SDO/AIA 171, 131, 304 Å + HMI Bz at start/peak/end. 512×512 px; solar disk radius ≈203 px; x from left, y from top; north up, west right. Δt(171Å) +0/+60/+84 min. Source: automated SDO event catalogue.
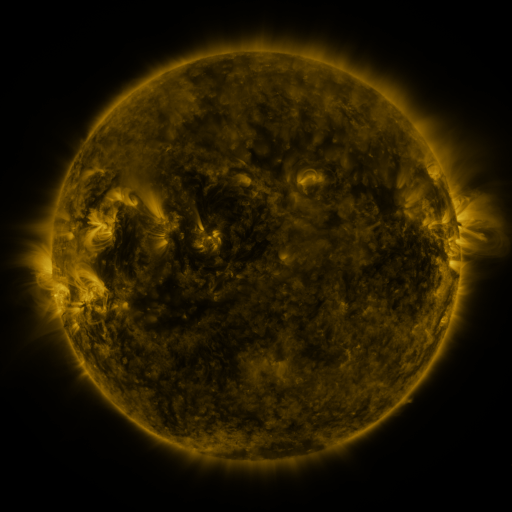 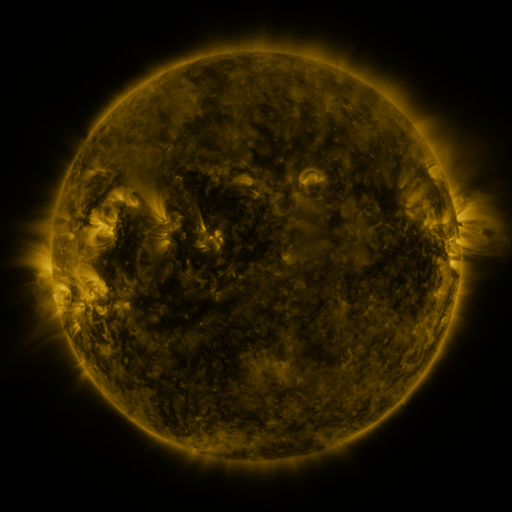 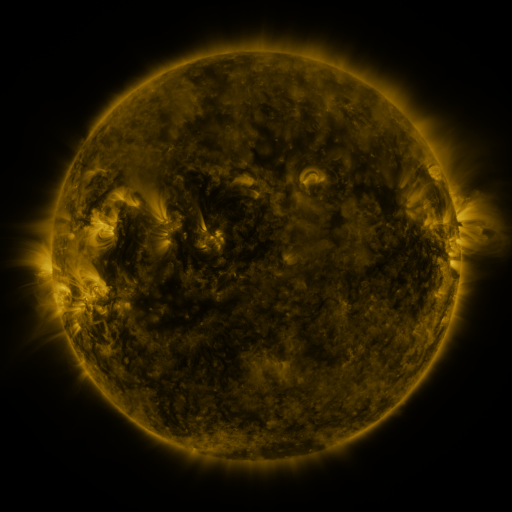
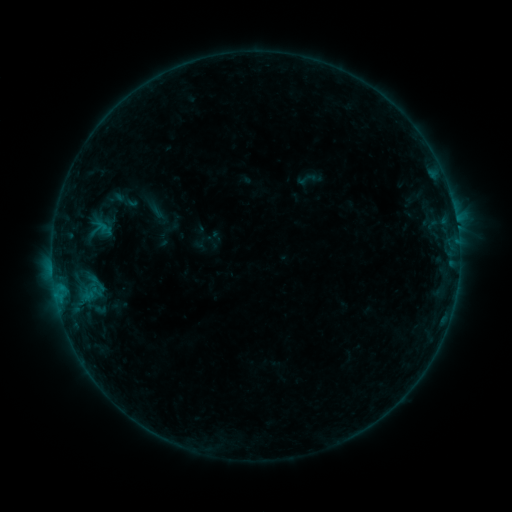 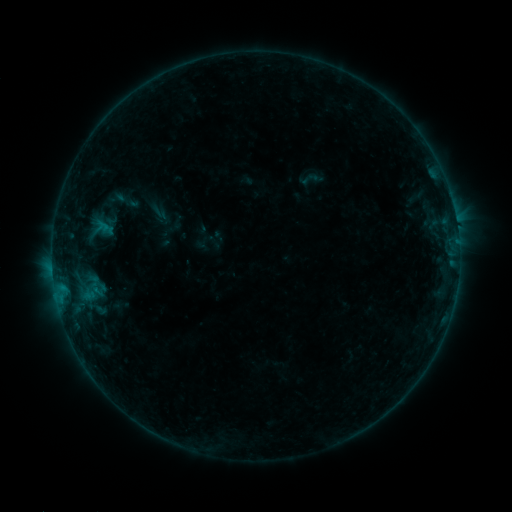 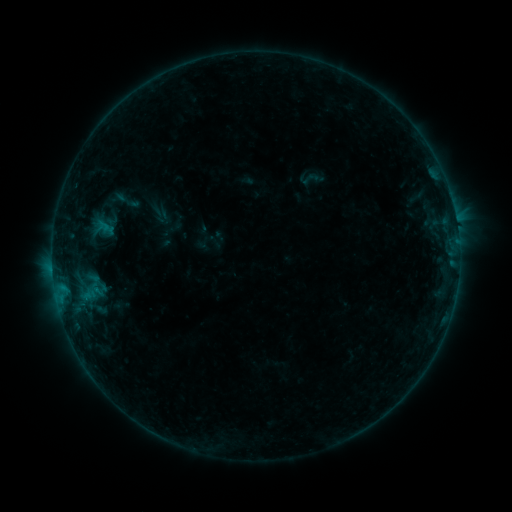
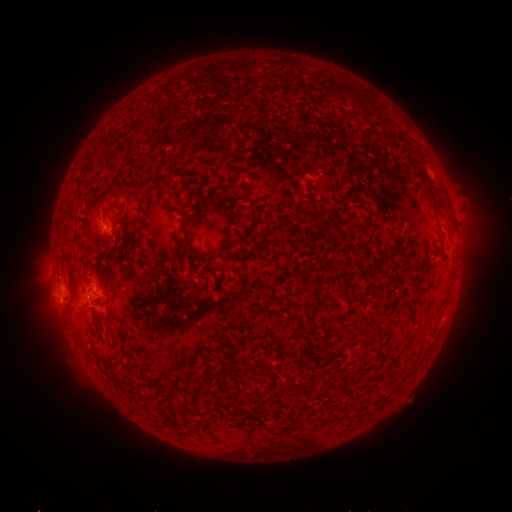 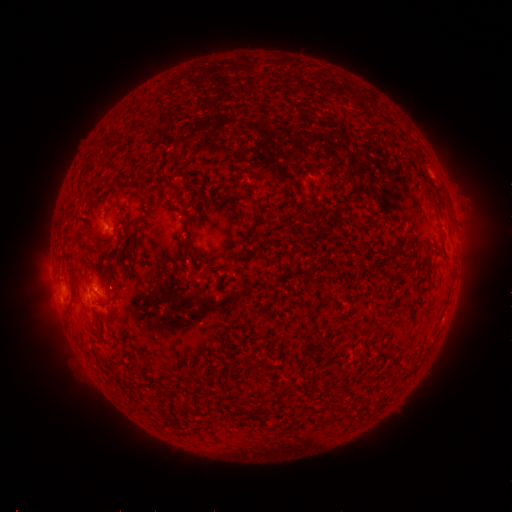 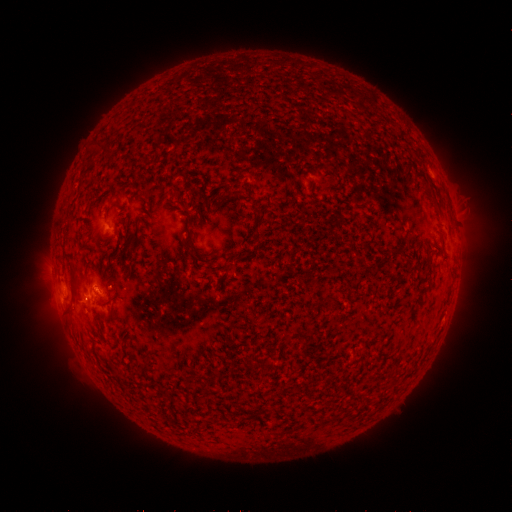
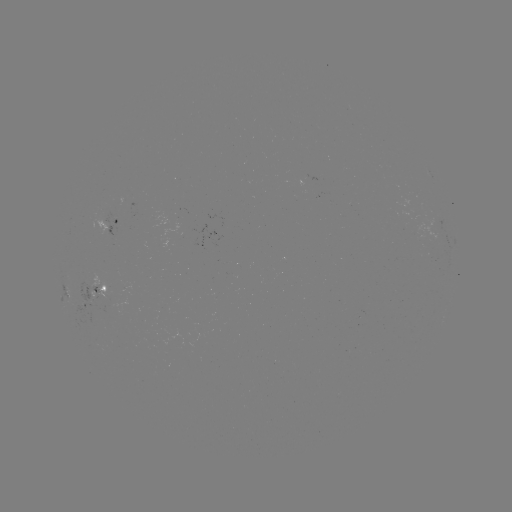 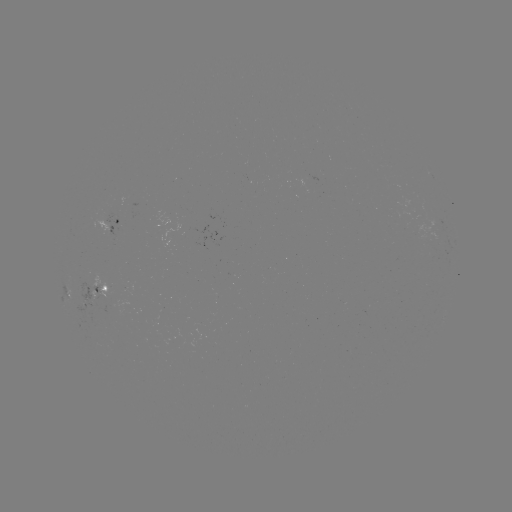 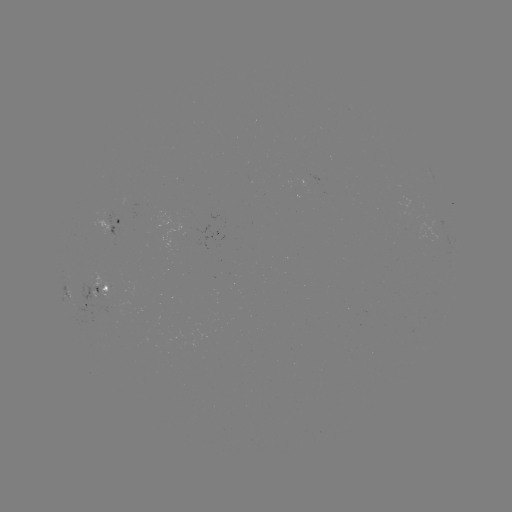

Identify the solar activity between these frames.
emerging-flux region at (102, 291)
